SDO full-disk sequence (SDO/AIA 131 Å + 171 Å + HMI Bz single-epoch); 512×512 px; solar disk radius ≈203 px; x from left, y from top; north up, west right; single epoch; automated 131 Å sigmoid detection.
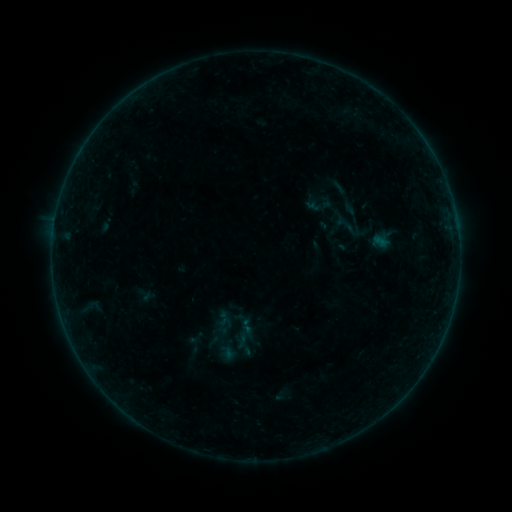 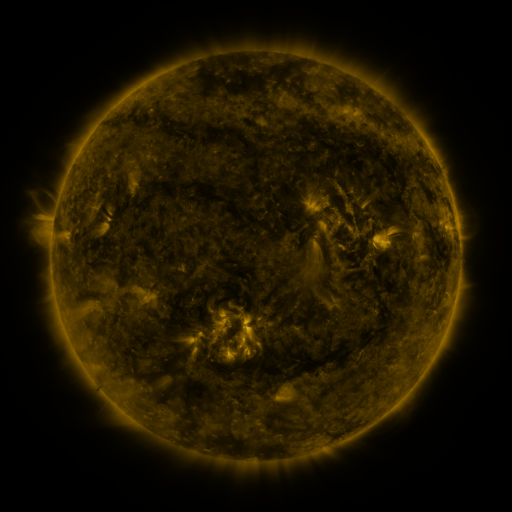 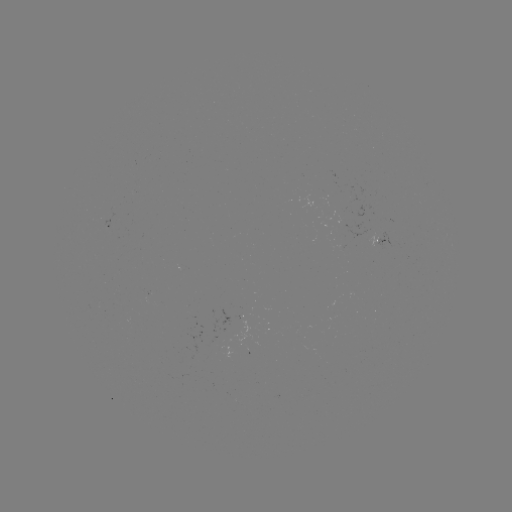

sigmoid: (330, 212, 361, 238)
